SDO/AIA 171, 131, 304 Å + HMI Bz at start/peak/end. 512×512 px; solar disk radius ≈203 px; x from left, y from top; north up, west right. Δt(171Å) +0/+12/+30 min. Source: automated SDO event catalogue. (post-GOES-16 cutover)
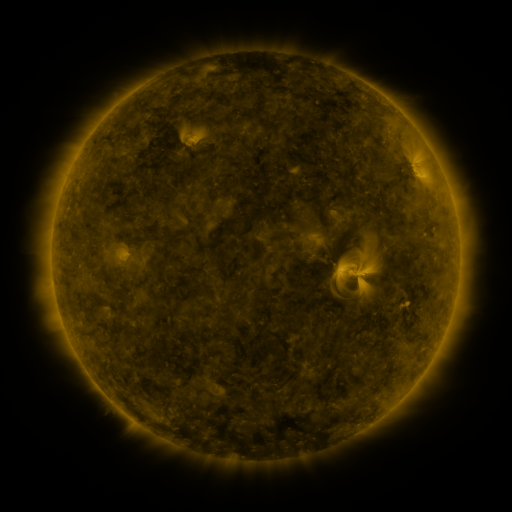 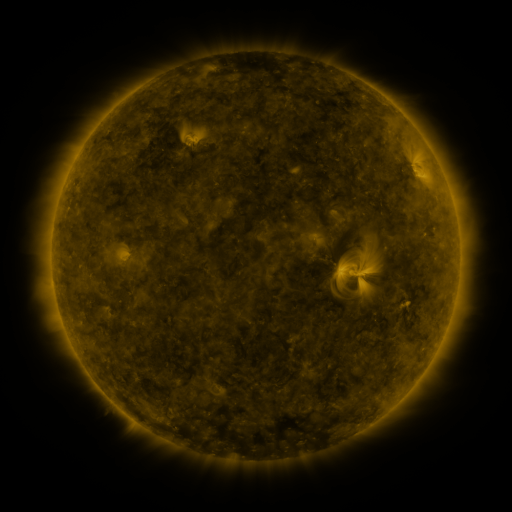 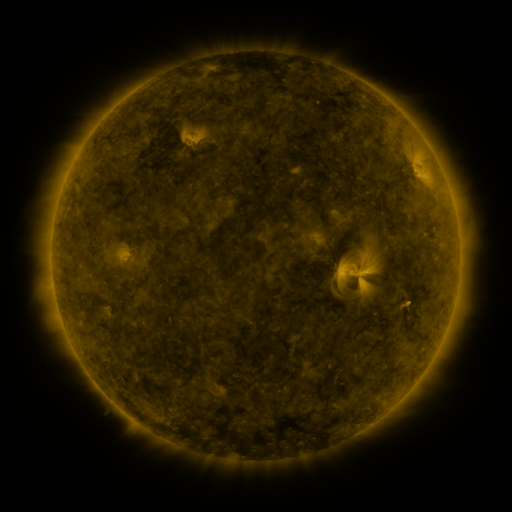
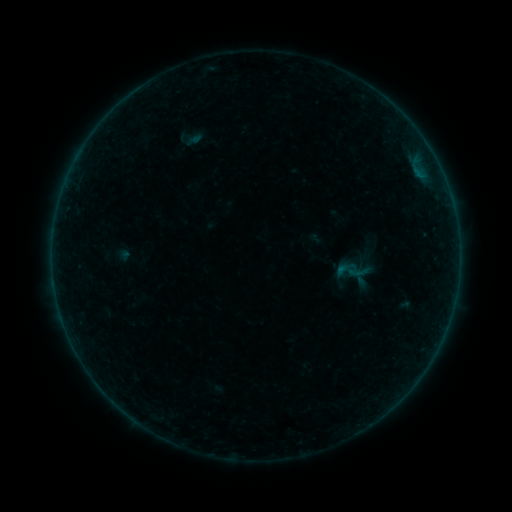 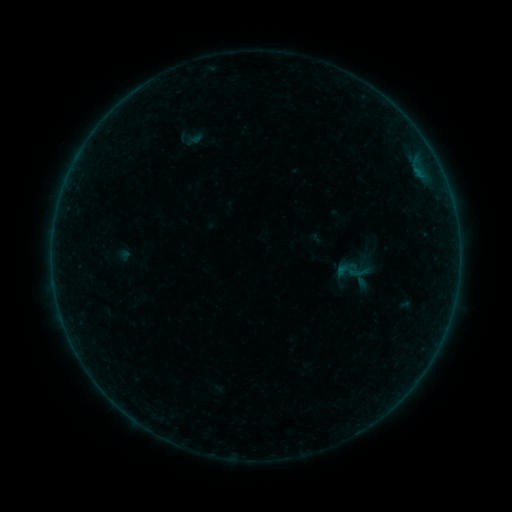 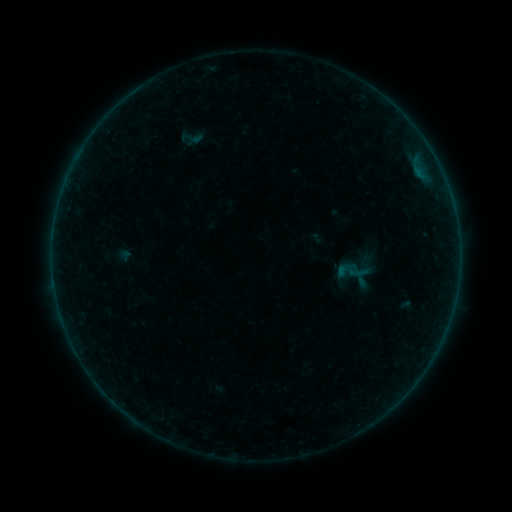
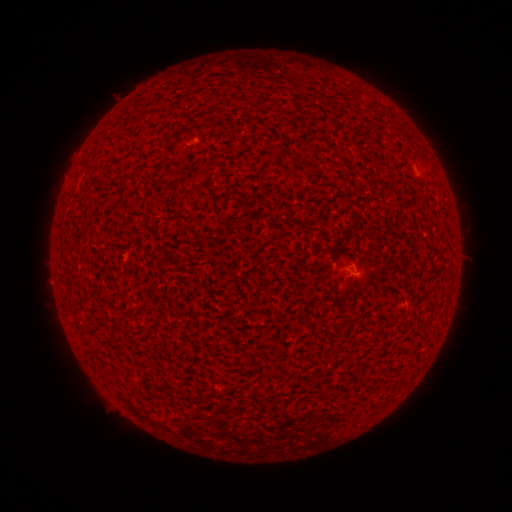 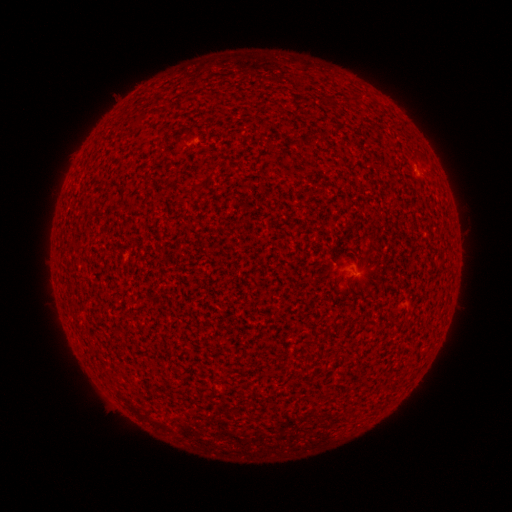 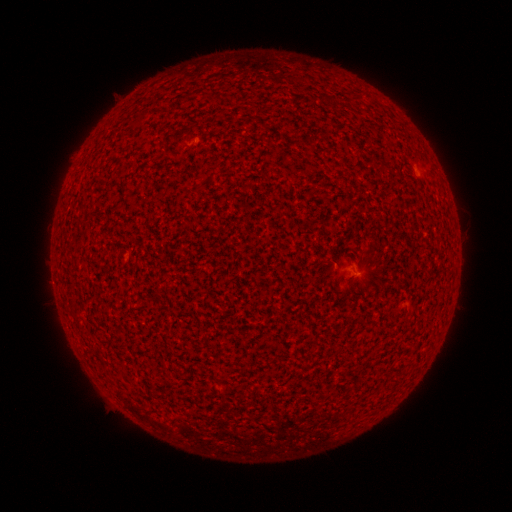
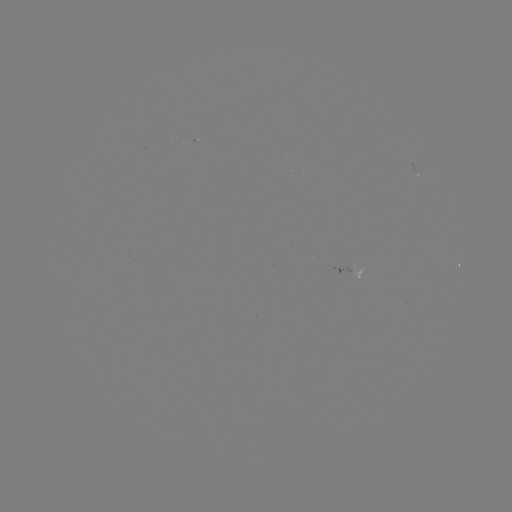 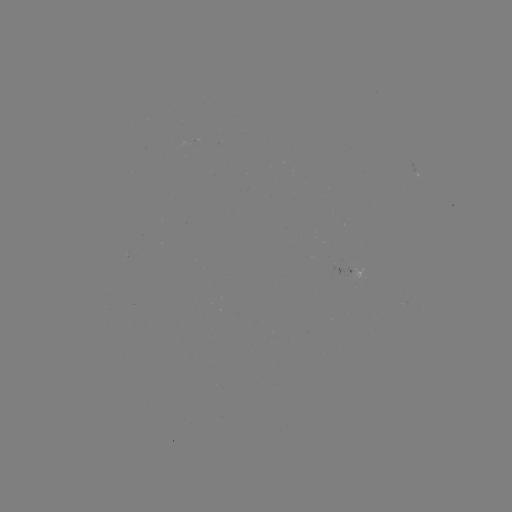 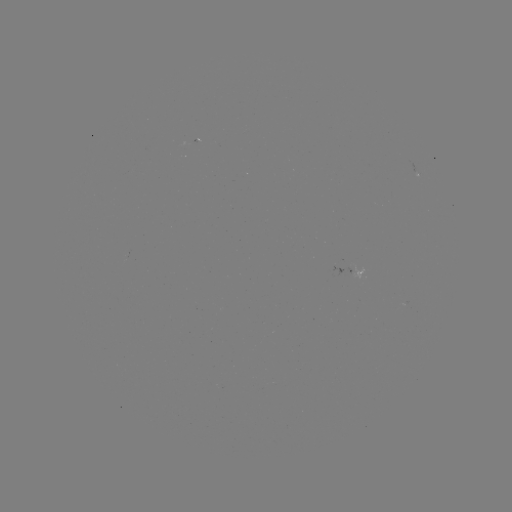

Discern A5.0 flare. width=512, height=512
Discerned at [417, 172].